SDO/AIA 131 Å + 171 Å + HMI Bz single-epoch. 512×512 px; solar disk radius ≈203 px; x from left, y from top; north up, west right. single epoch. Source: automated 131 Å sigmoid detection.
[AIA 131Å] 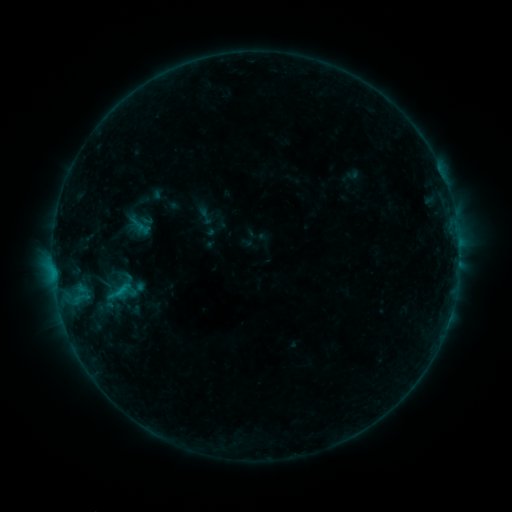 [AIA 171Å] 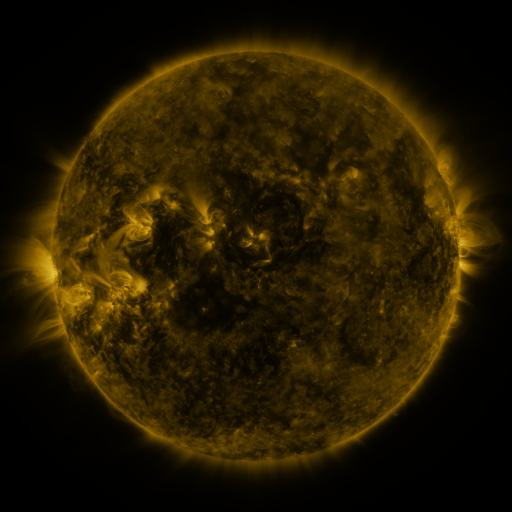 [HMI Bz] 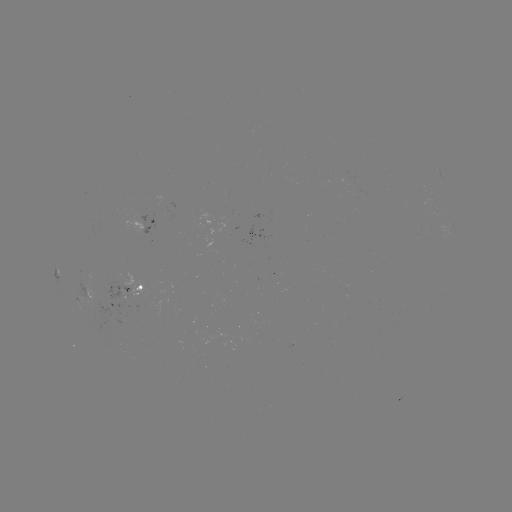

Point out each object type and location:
sigmoid: (205, 216)
sigmoid: (115, 293)
